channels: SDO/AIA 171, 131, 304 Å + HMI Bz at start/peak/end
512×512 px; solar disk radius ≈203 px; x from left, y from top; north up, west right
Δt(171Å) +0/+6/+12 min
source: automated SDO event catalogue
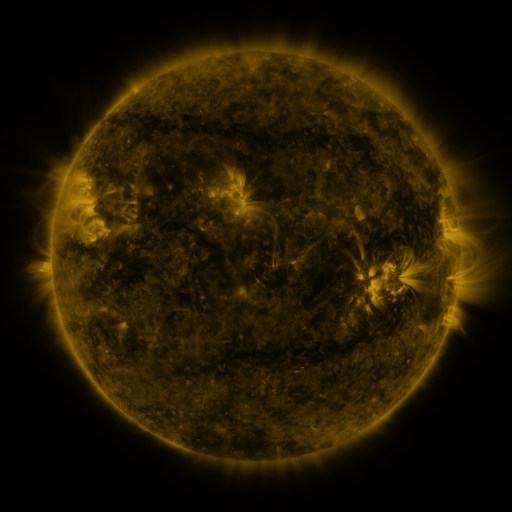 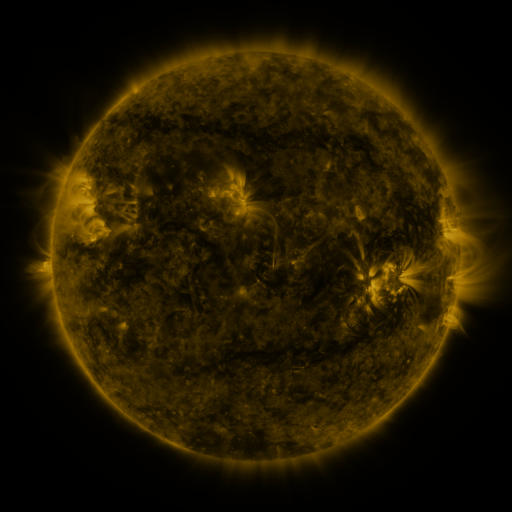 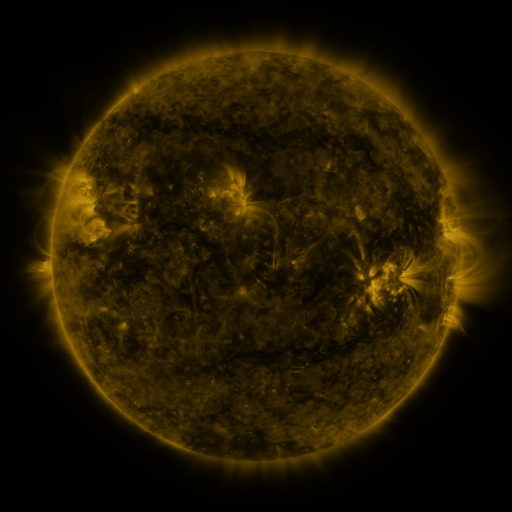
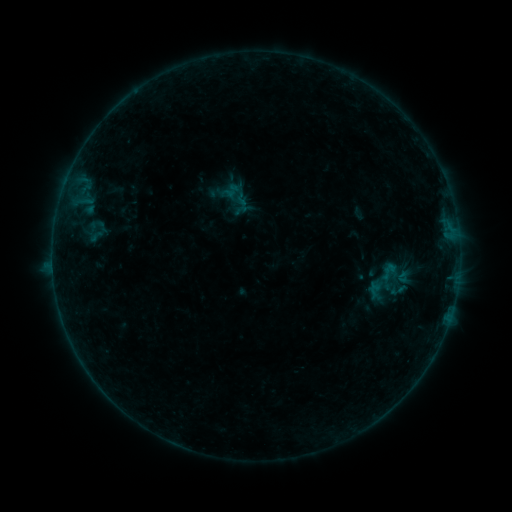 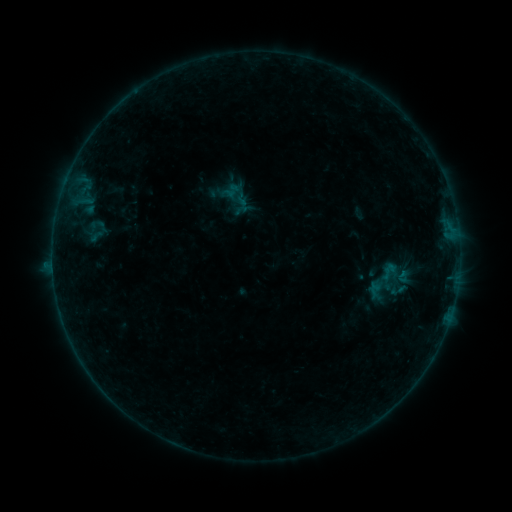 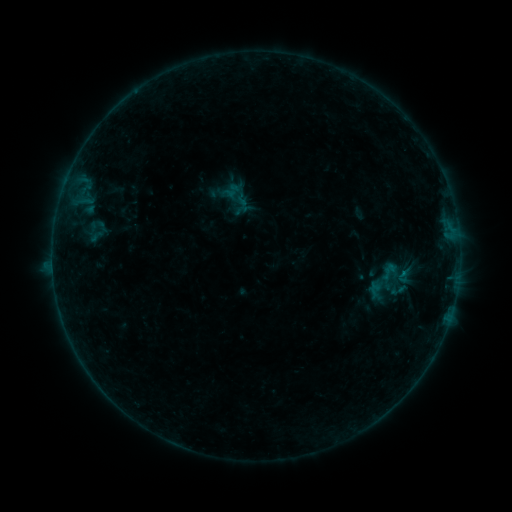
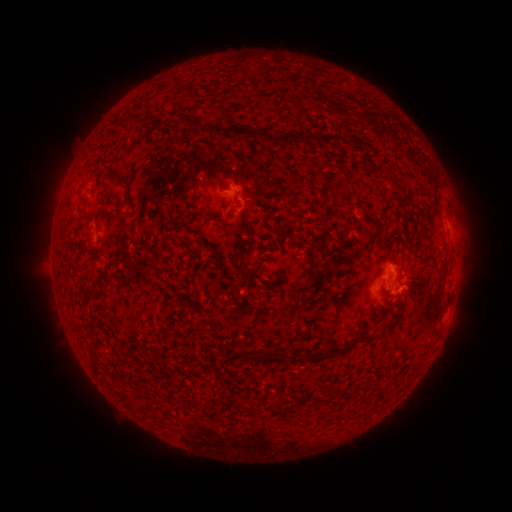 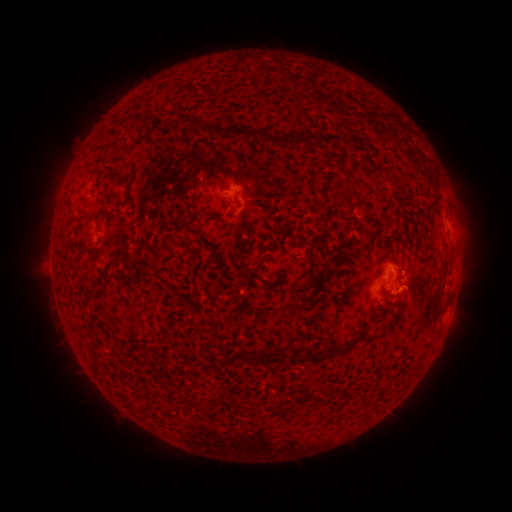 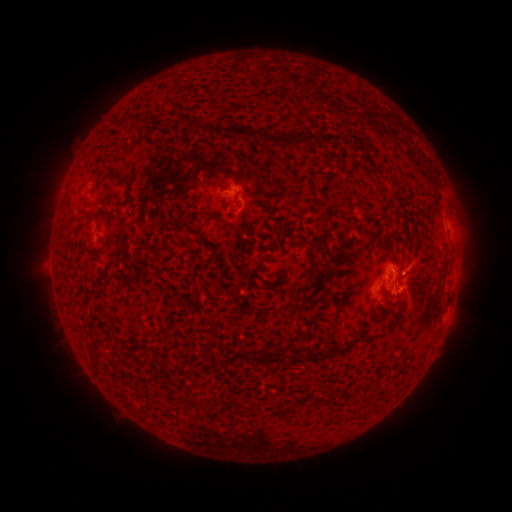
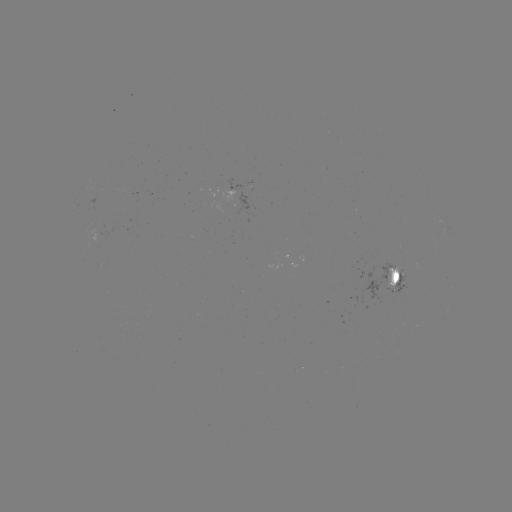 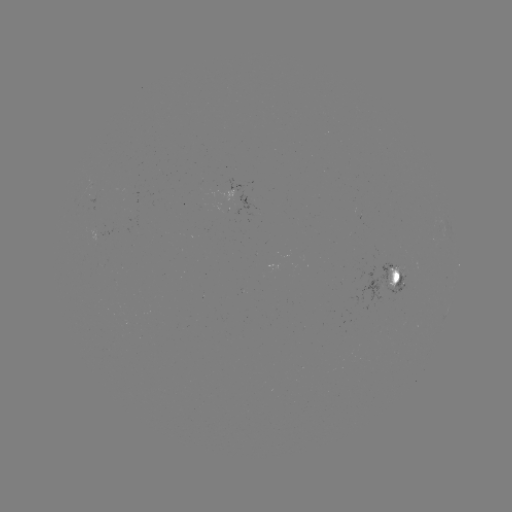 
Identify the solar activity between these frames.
B2.2 flare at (402, 269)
